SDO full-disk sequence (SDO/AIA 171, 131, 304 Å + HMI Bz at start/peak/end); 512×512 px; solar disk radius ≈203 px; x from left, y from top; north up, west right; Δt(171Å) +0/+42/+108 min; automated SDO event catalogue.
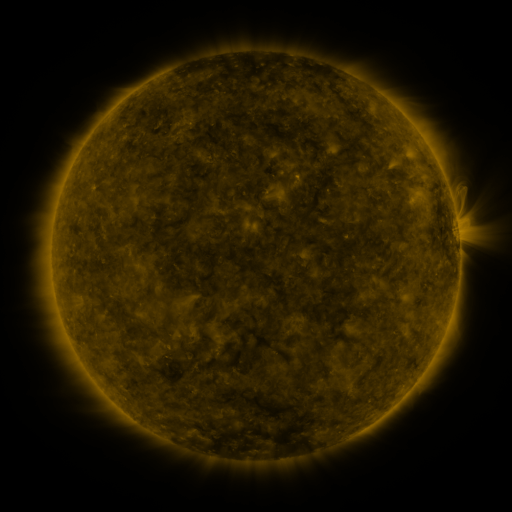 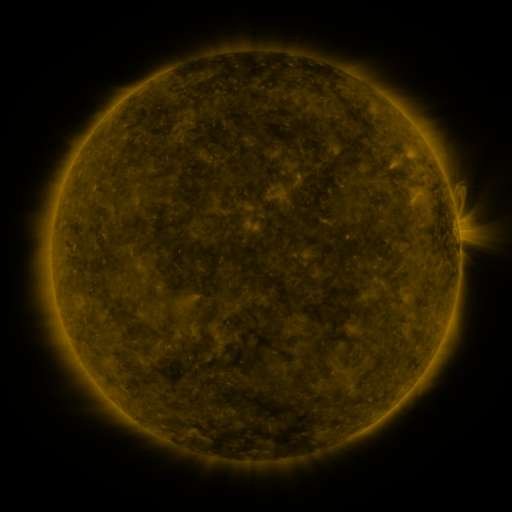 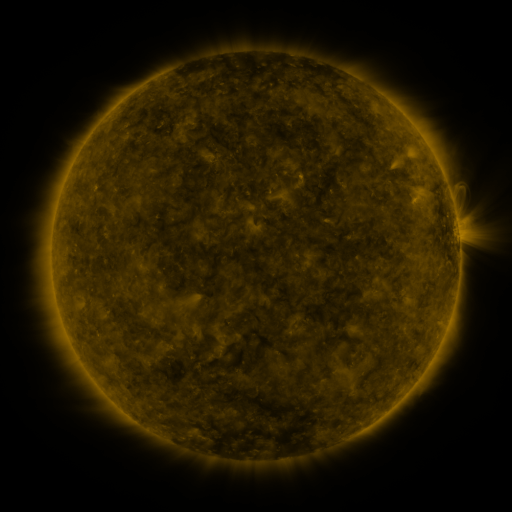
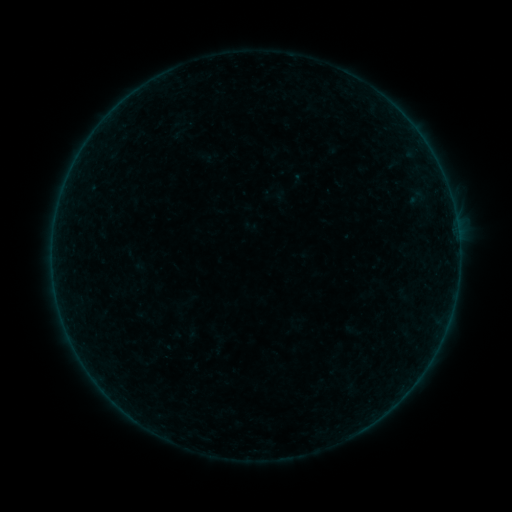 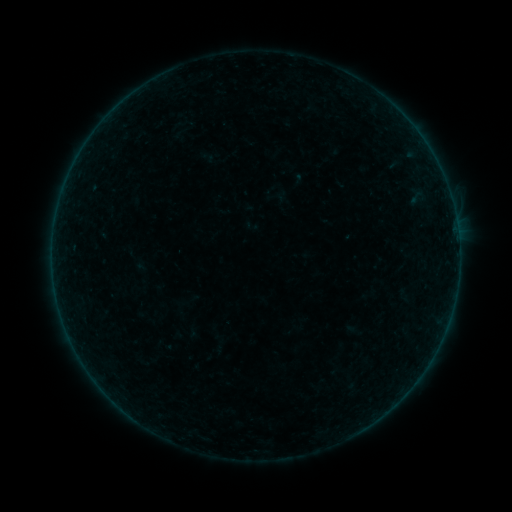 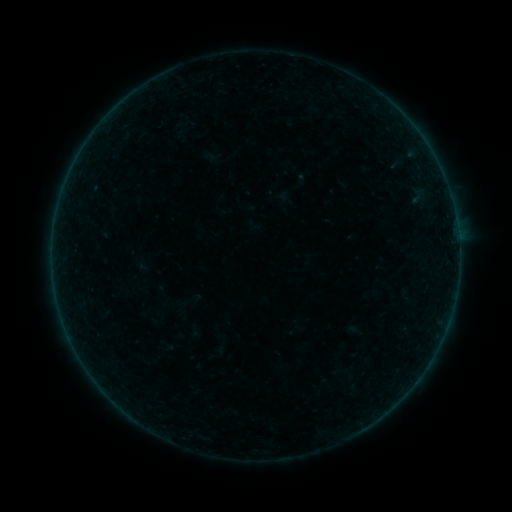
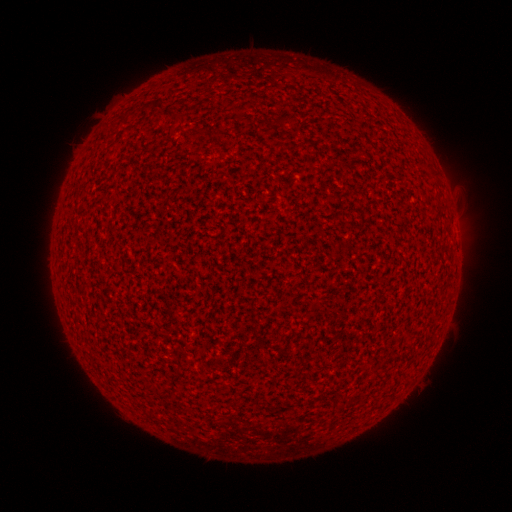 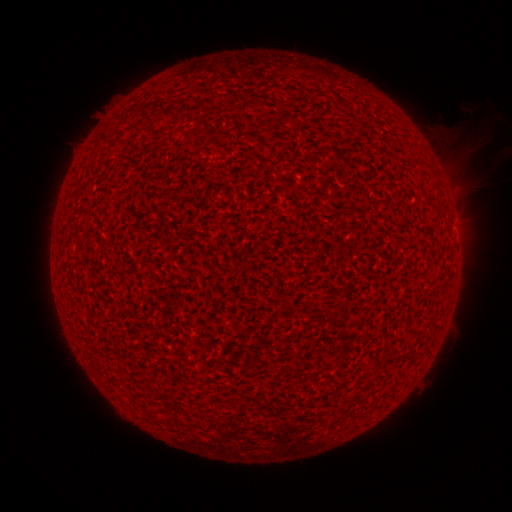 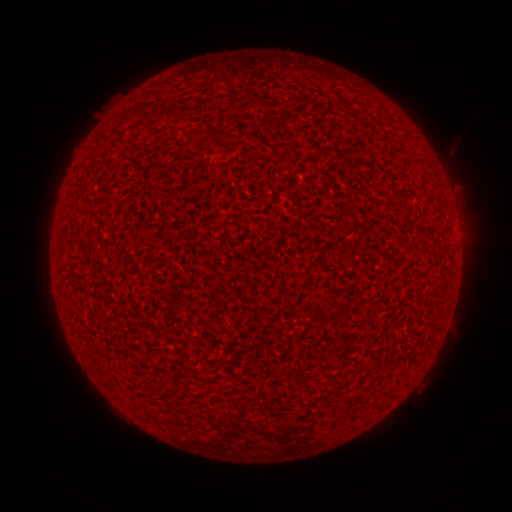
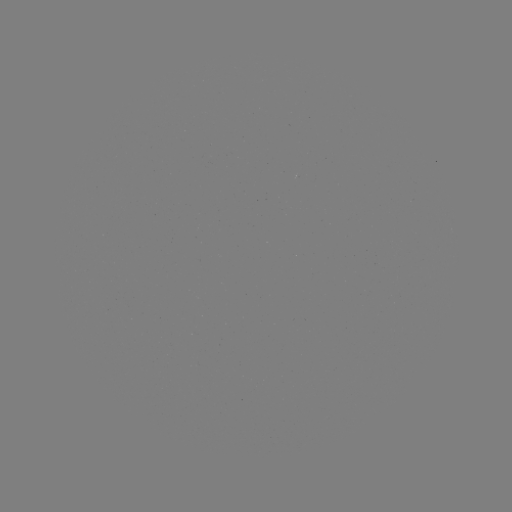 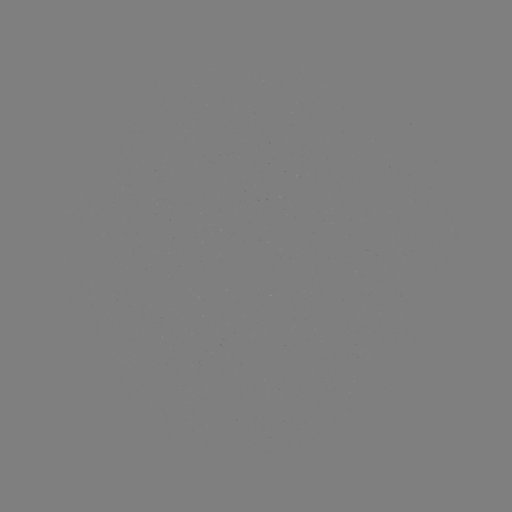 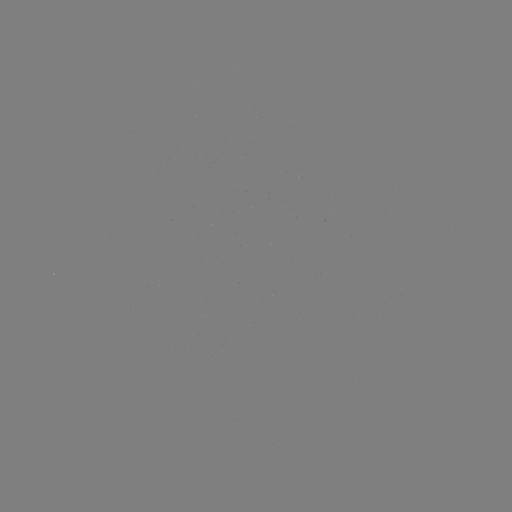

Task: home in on B1.0 flare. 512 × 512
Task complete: [453, 209].